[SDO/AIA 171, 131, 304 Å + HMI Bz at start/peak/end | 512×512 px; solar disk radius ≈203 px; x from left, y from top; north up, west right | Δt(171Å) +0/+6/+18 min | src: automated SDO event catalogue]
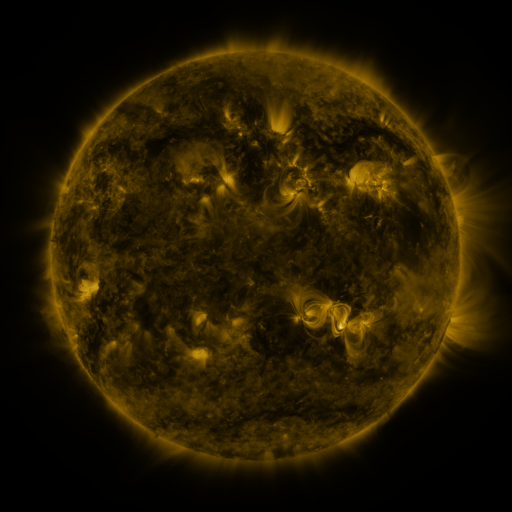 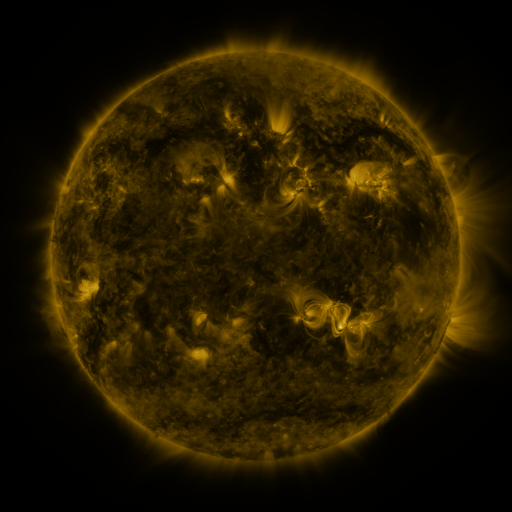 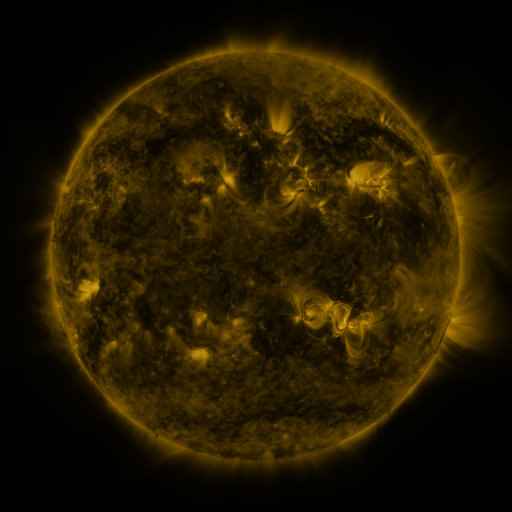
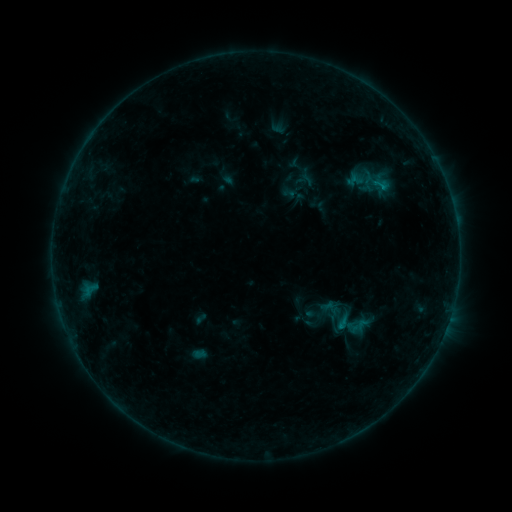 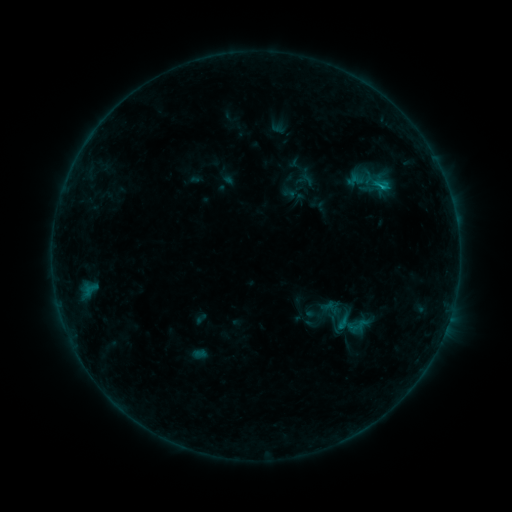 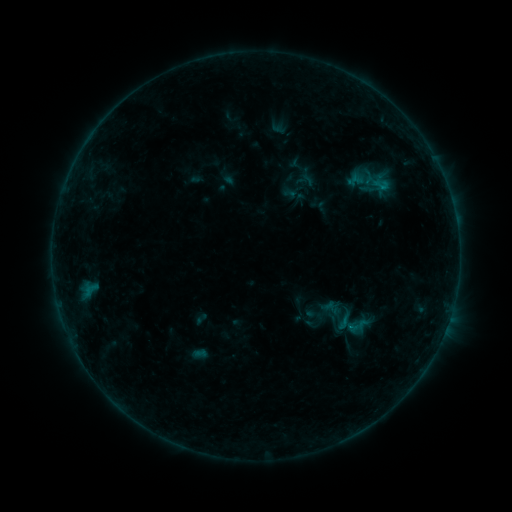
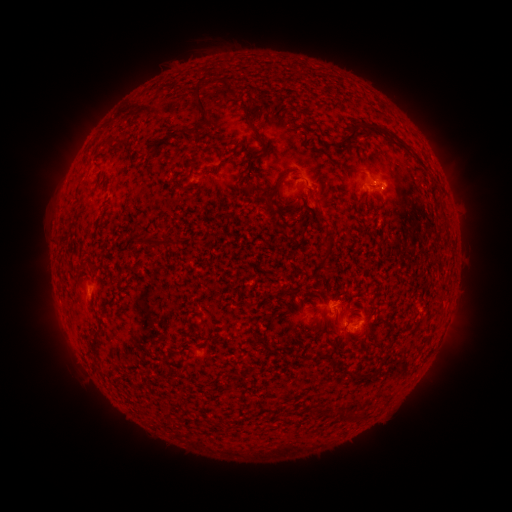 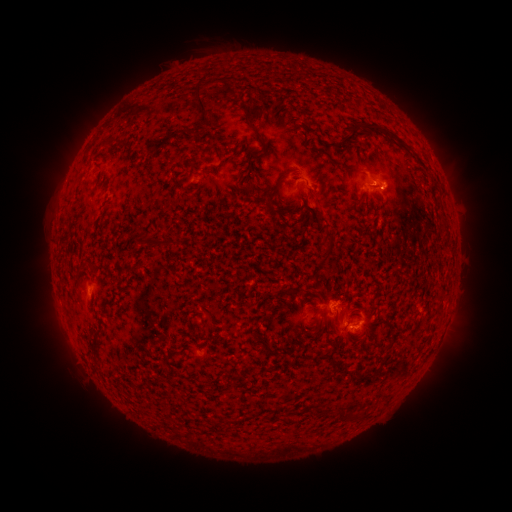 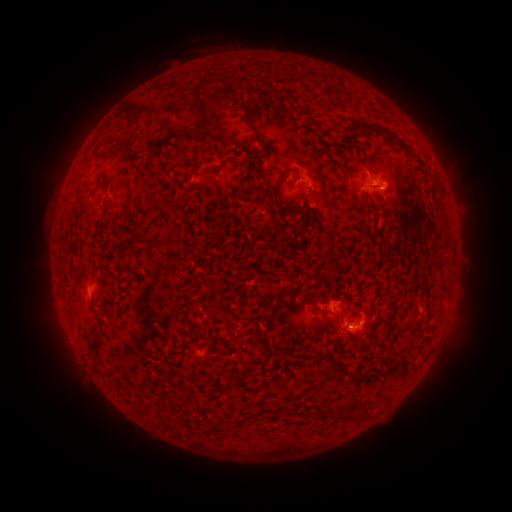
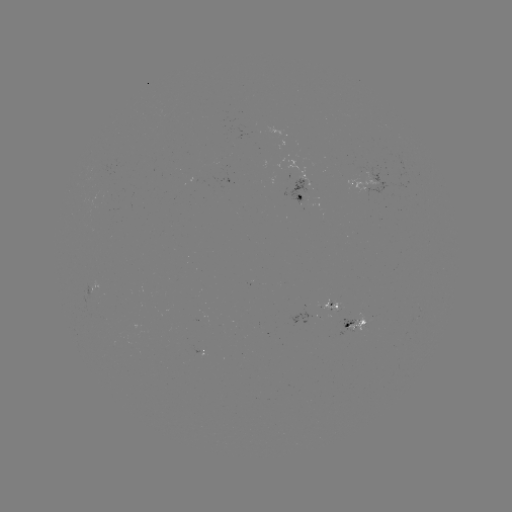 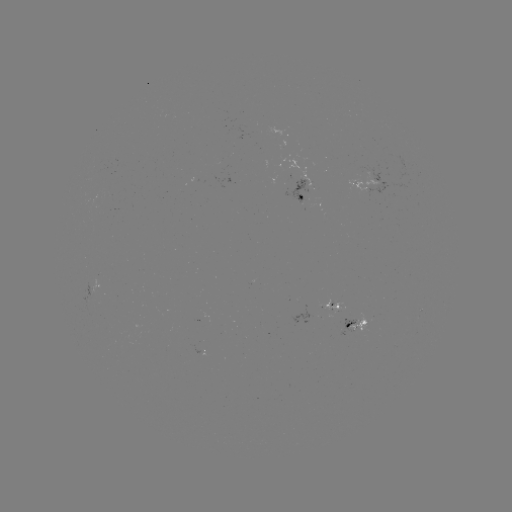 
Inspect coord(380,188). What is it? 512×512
B6.0 flare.